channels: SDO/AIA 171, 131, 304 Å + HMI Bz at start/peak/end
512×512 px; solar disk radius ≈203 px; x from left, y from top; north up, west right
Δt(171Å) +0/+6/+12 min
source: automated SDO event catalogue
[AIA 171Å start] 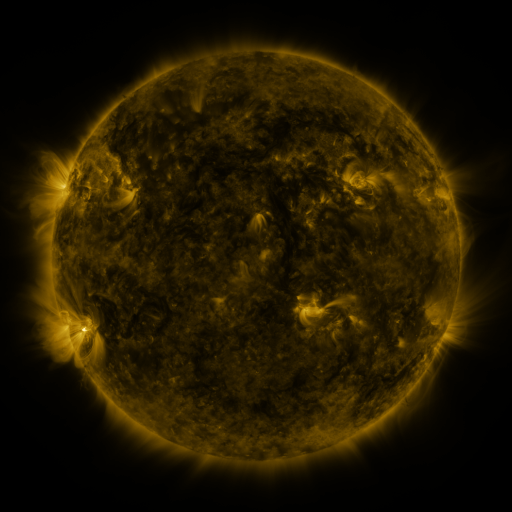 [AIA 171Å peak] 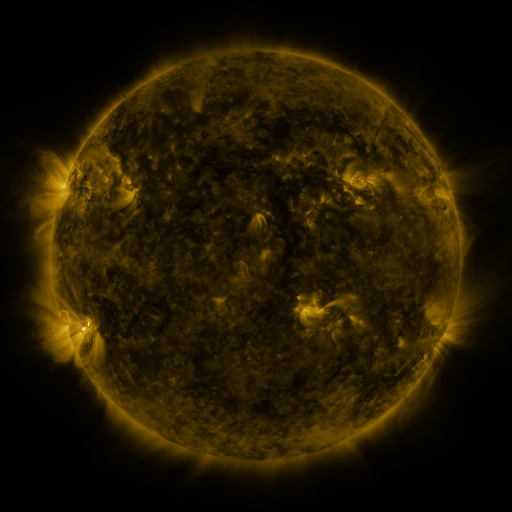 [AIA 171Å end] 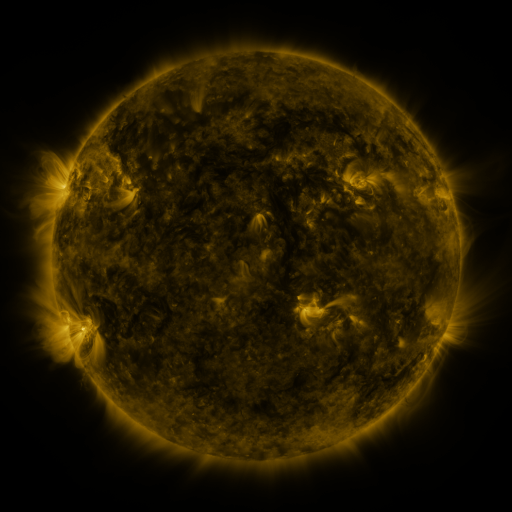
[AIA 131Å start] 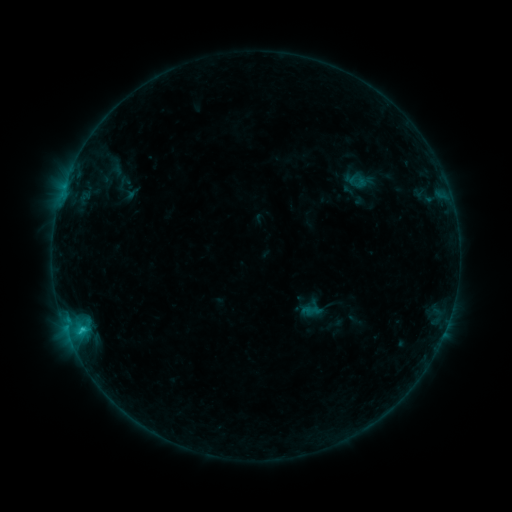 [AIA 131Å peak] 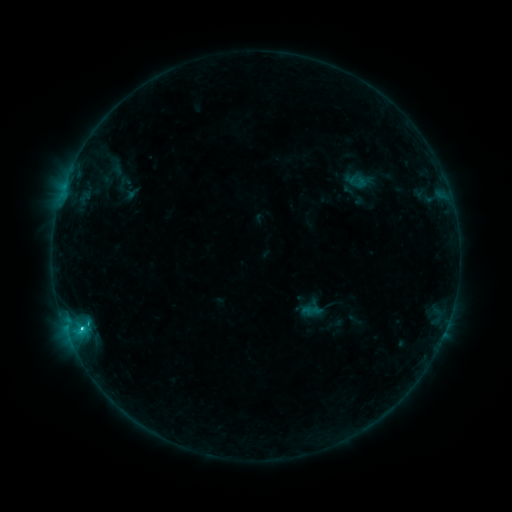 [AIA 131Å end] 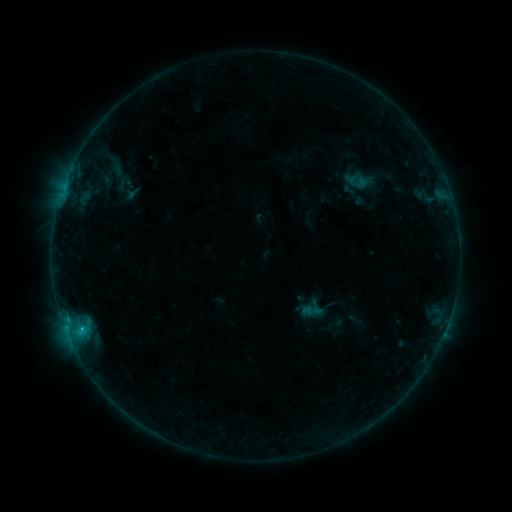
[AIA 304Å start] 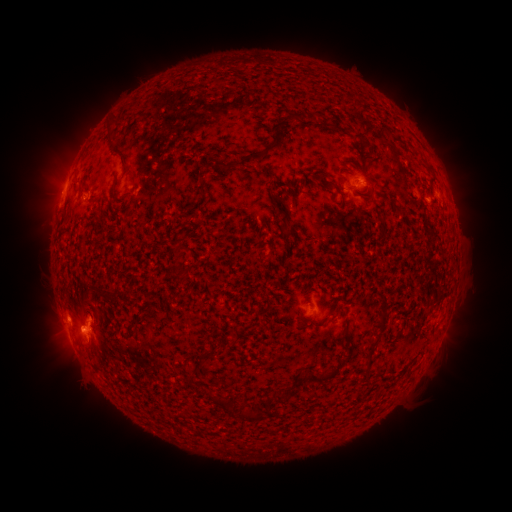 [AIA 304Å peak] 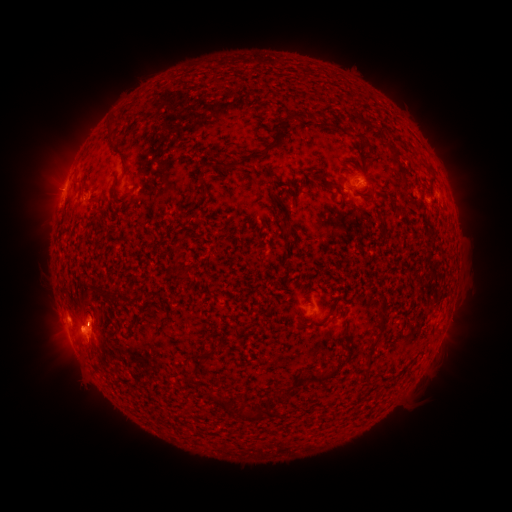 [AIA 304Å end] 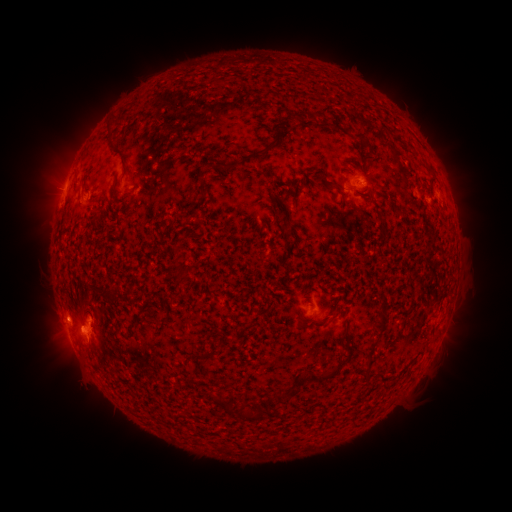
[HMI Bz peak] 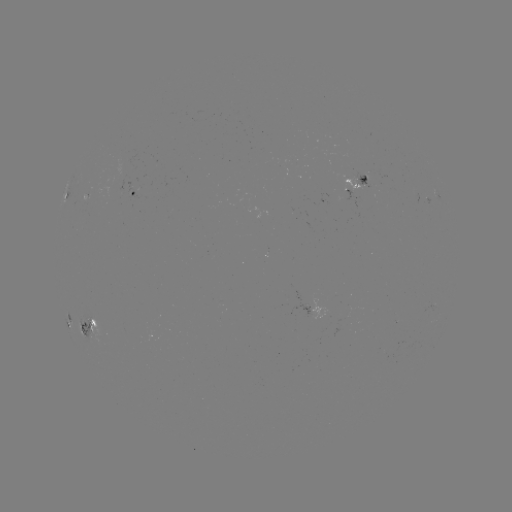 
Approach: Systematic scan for C1.6 flare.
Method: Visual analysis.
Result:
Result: C1.6 flare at [81, 327].